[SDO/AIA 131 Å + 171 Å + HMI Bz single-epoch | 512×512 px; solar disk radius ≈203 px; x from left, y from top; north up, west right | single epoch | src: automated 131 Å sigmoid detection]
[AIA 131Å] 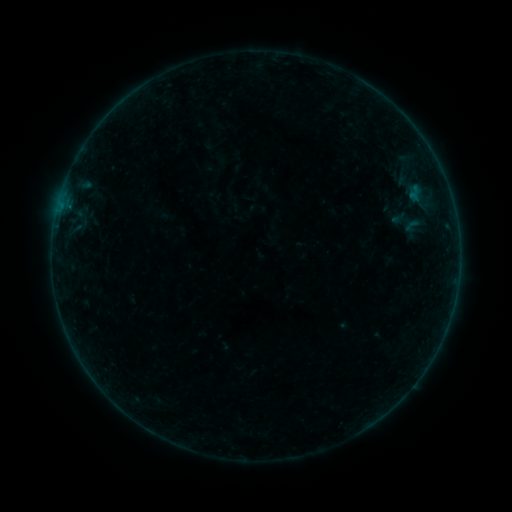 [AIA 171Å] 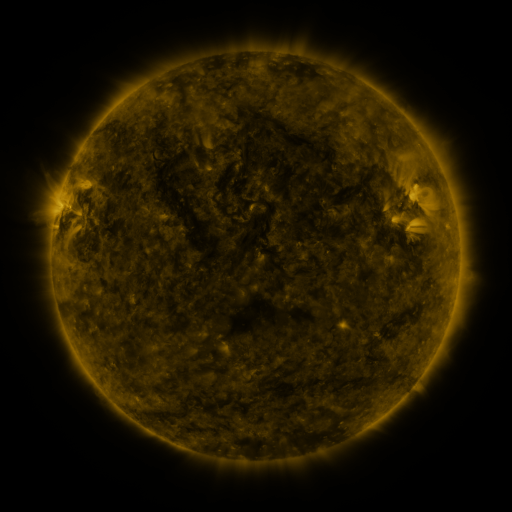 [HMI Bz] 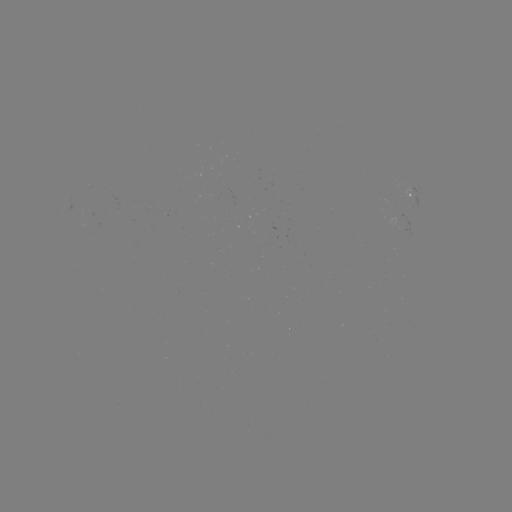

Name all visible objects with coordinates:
sigmoid: (412, 226)
